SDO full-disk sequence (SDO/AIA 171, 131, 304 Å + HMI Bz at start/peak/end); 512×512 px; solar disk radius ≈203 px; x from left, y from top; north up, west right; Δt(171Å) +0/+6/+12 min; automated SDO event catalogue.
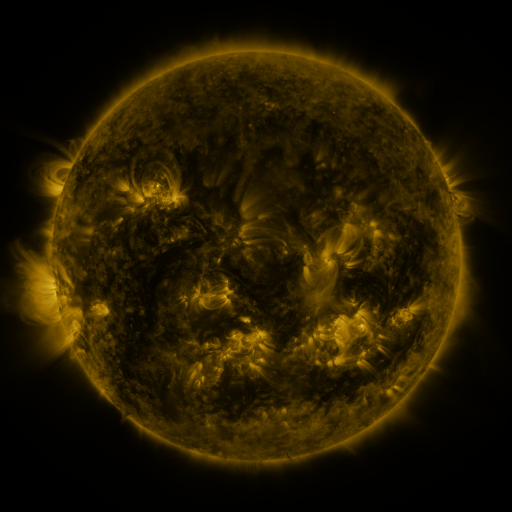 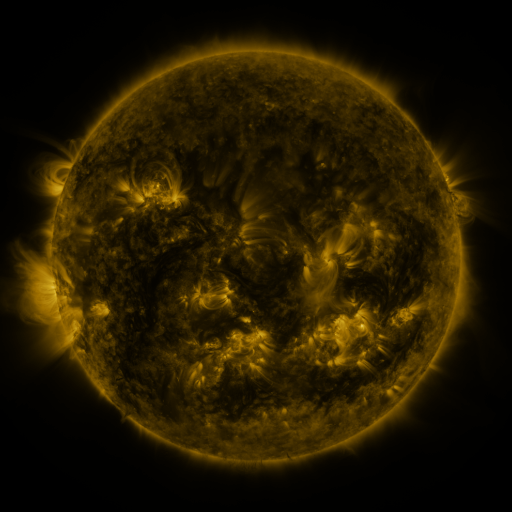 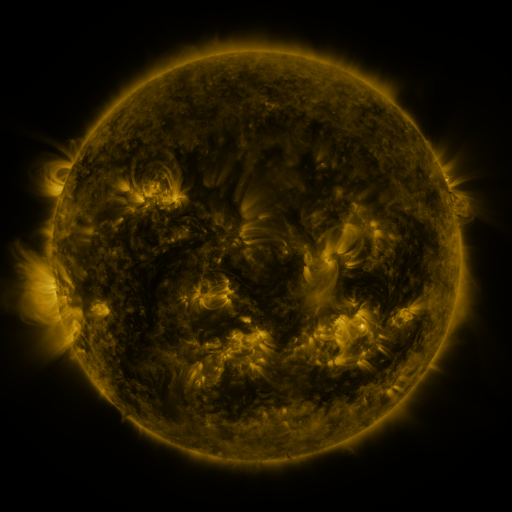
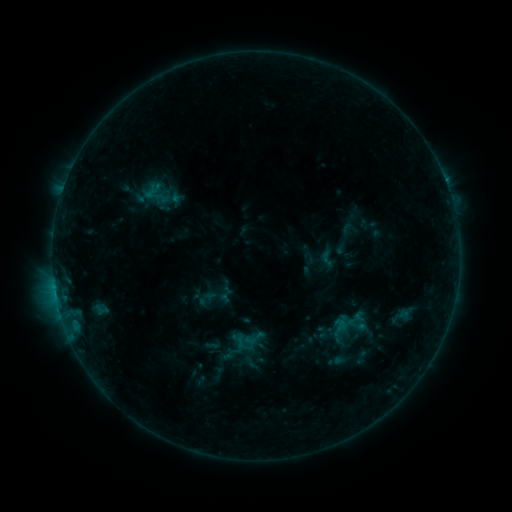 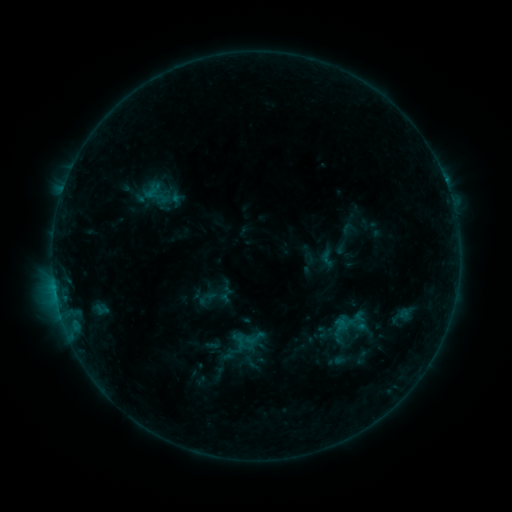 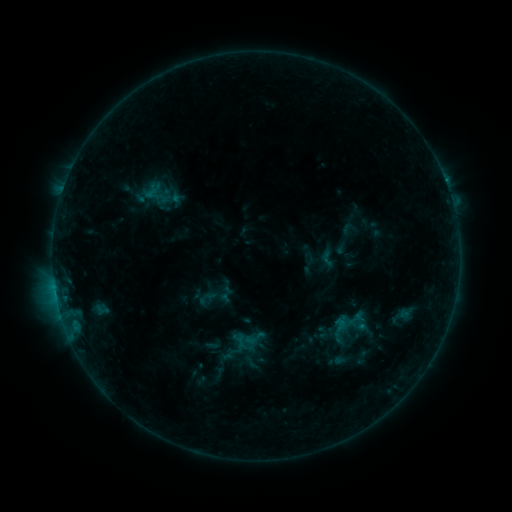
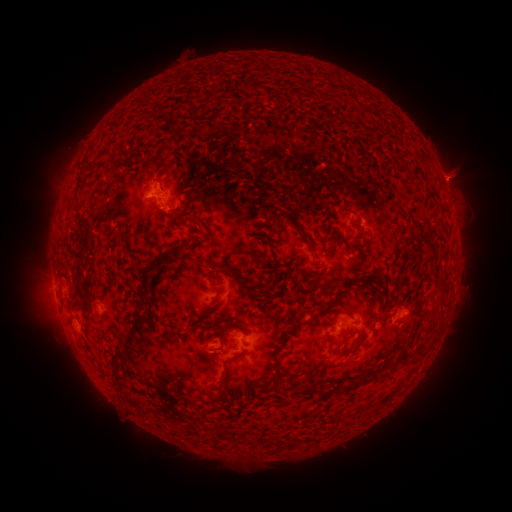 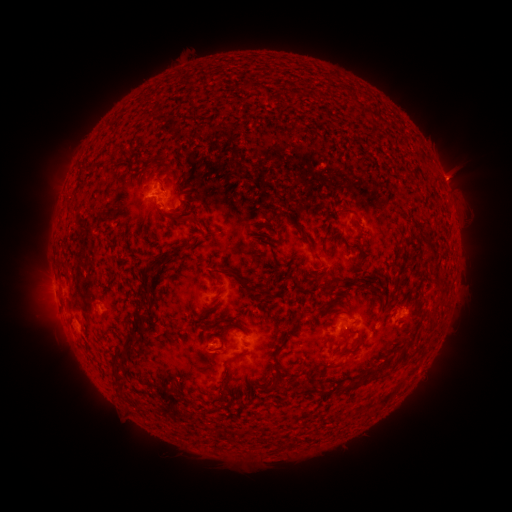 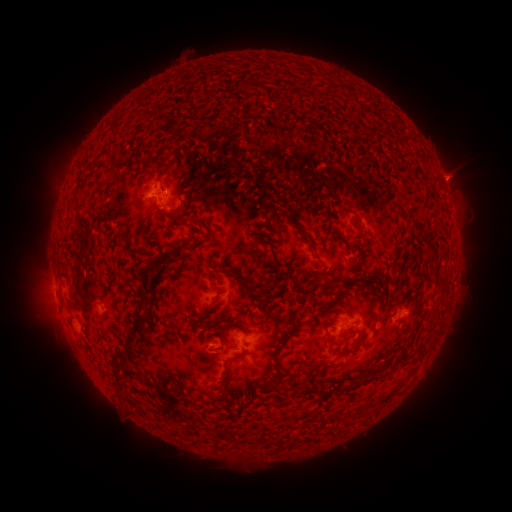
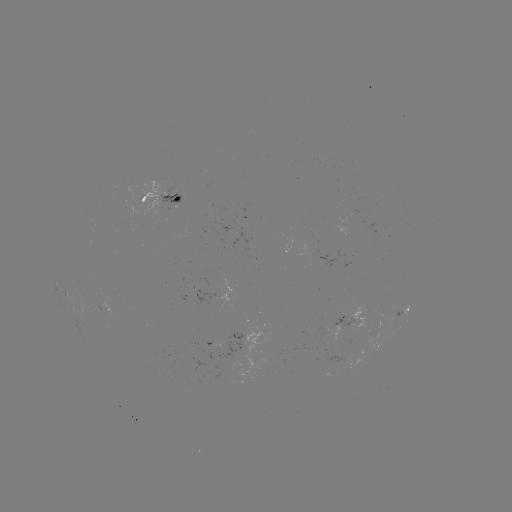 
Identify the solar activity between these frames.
eruption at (455, 175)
